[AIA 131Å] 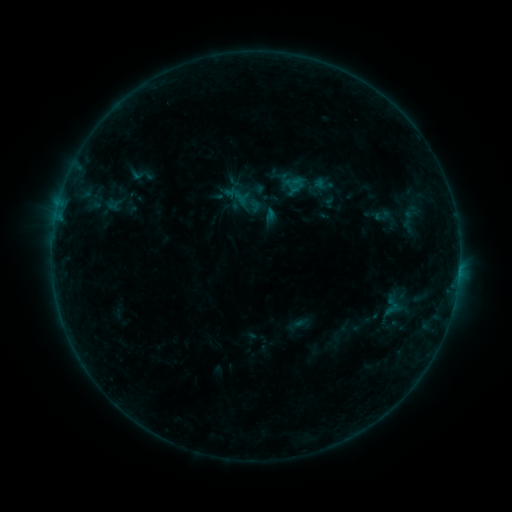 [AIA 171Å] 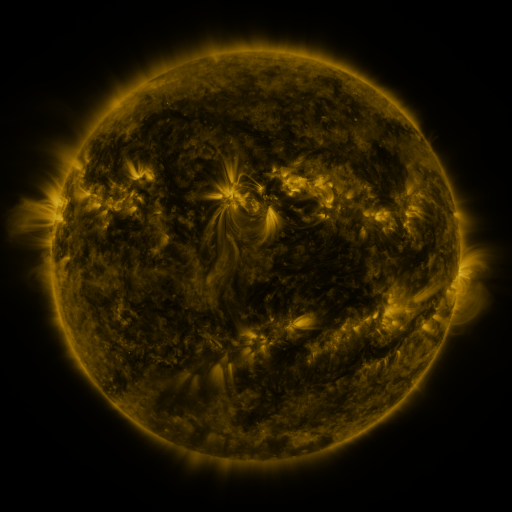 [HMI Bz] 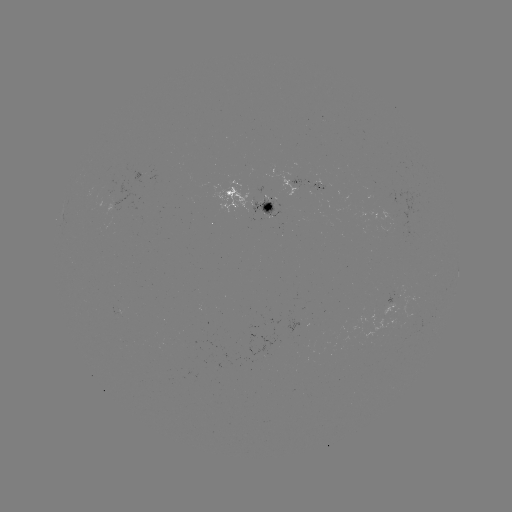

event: sigmoid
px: (141, 175)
